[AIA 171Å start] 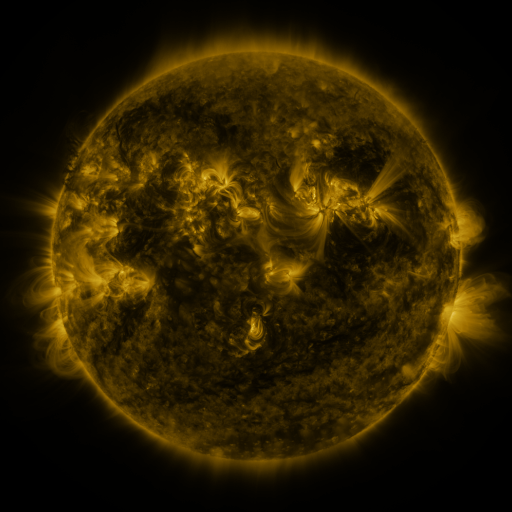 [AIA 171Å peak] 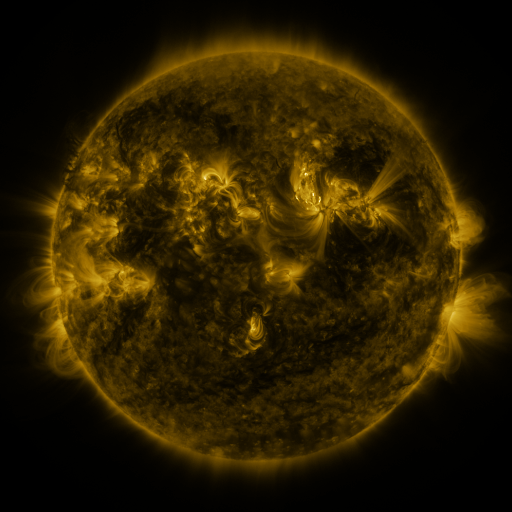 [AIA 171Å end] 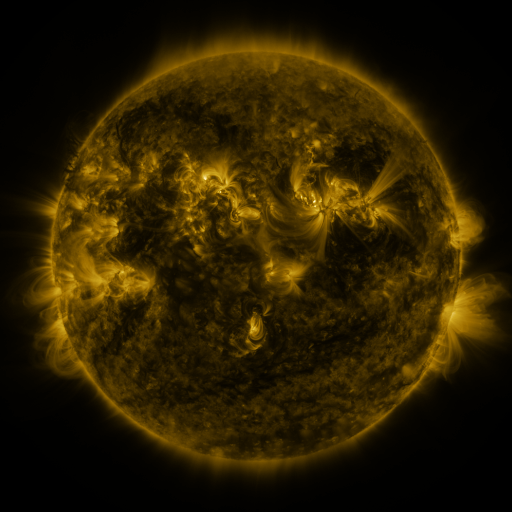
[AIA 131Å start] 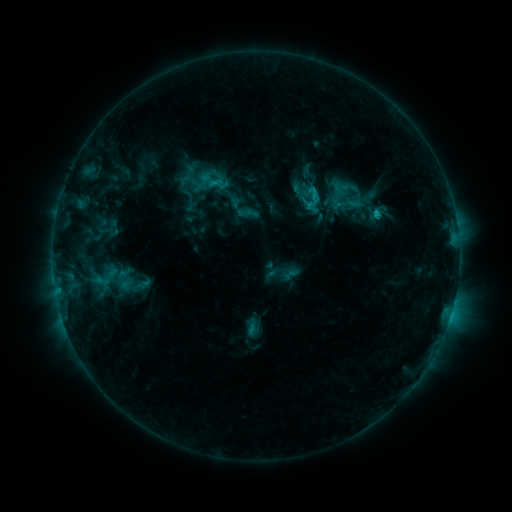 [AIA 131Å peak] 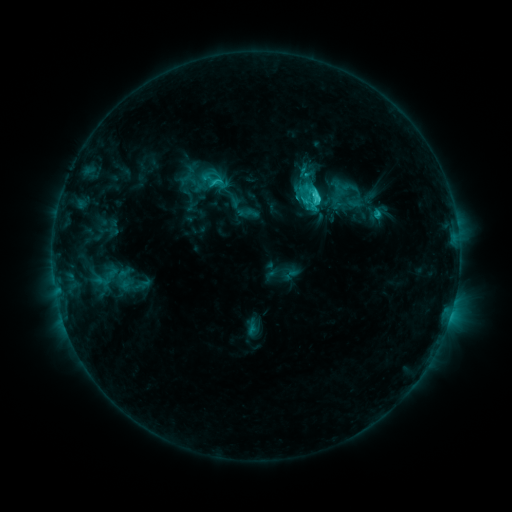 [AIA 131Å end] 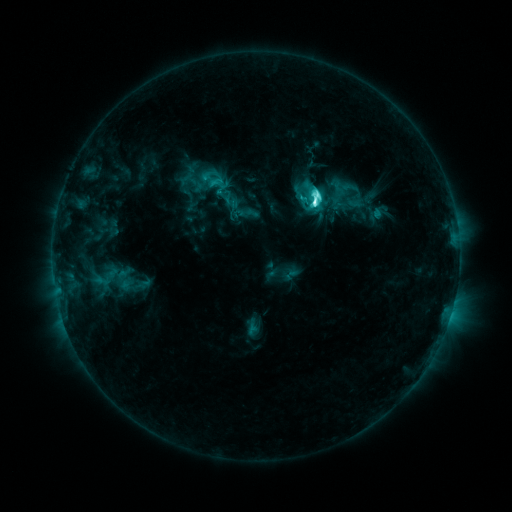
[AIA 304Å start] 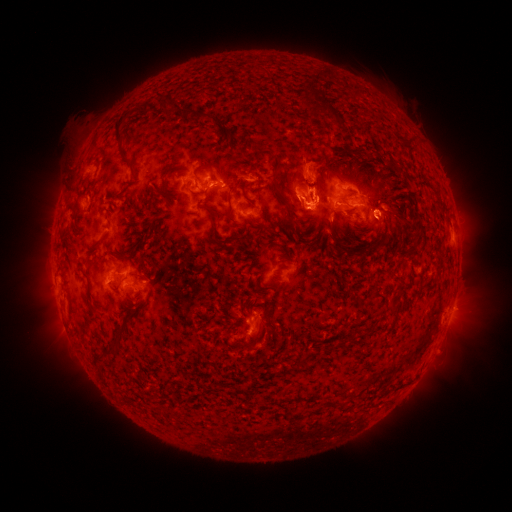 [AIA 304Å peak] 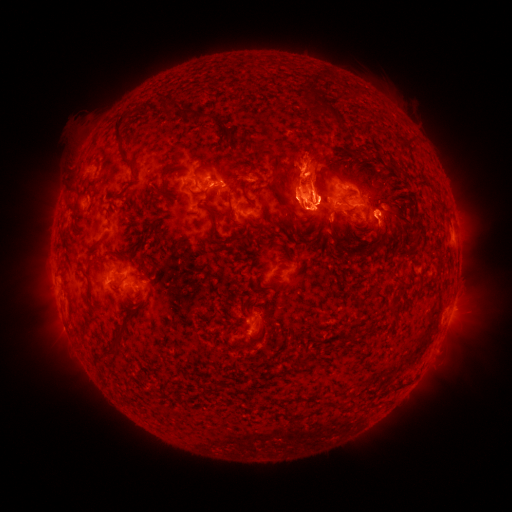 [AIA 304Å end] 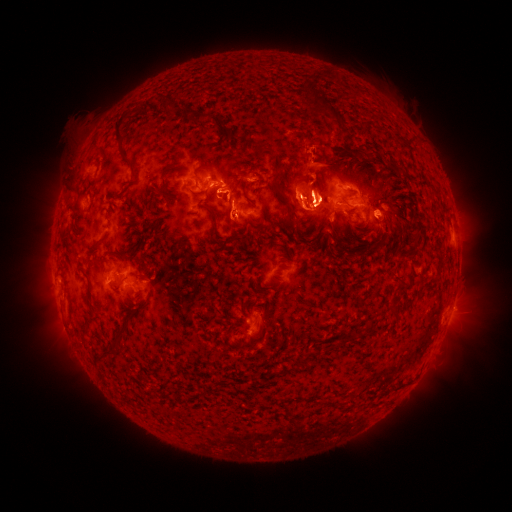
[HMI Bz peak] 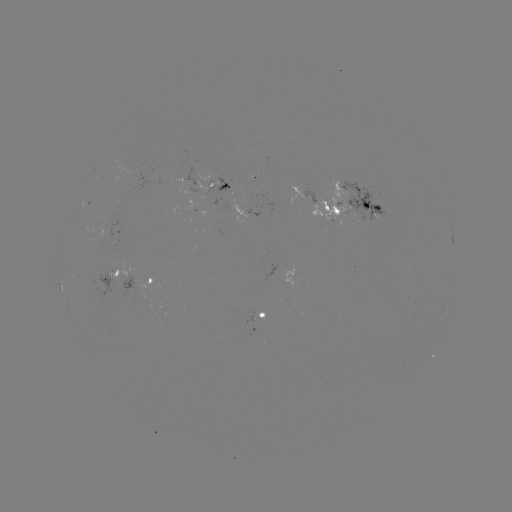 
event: eruption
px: (391, 232)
